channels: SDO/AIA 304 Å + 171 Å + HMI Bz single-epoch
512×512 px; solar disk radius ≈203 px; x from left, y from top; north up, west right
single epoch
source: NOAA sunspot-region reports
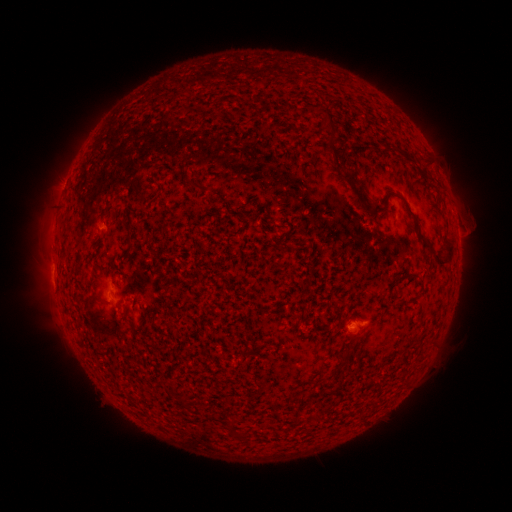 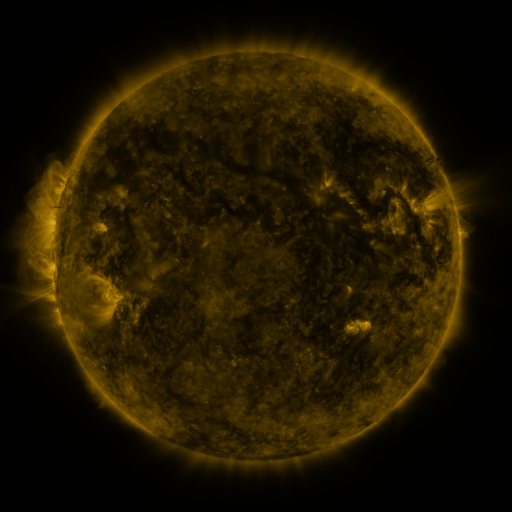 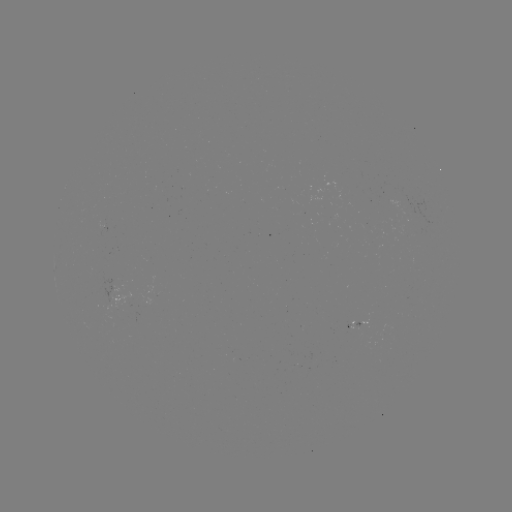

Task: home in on spotted active region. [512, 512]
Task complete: [120, 293].